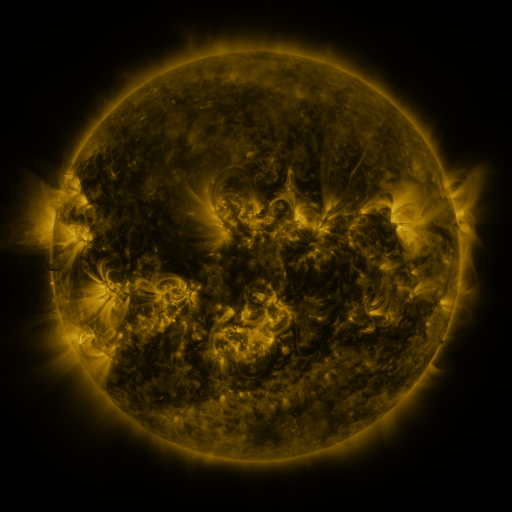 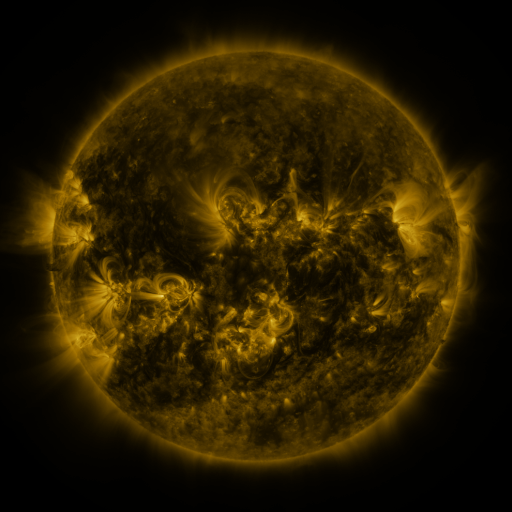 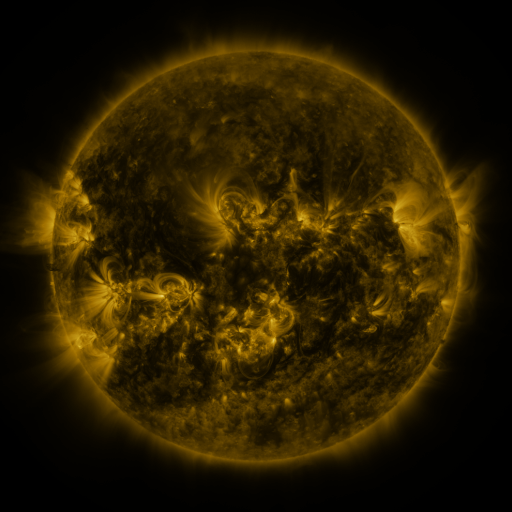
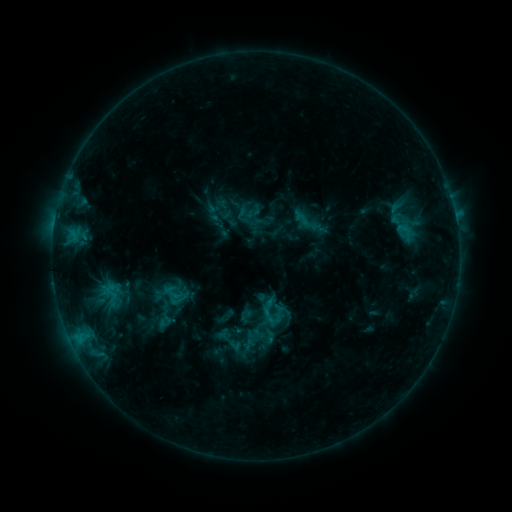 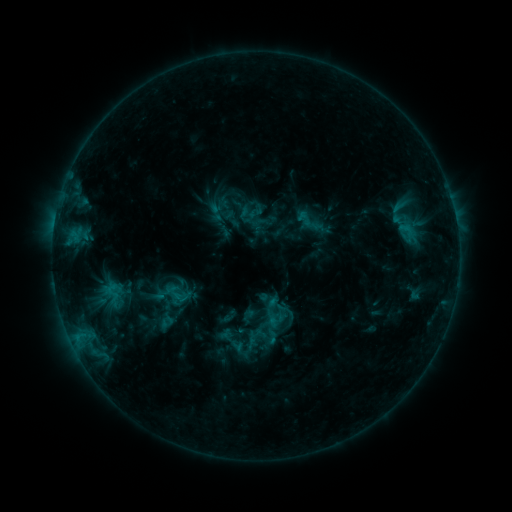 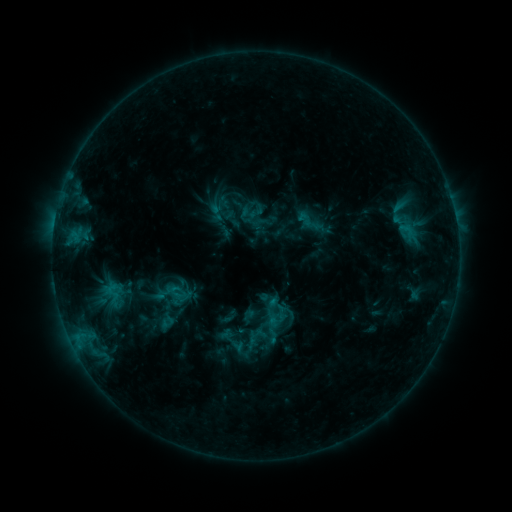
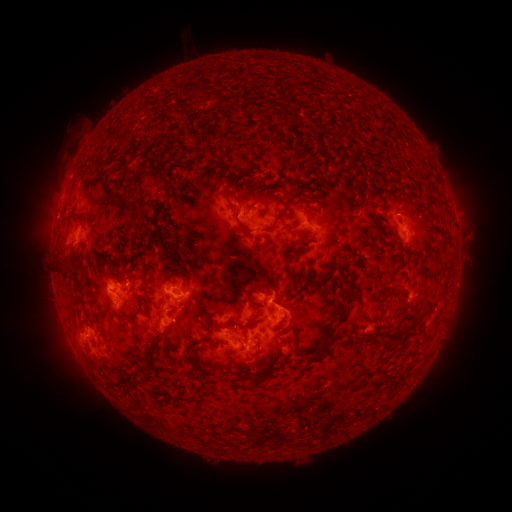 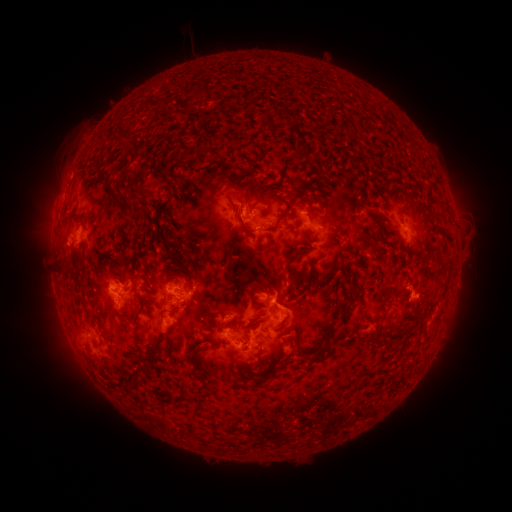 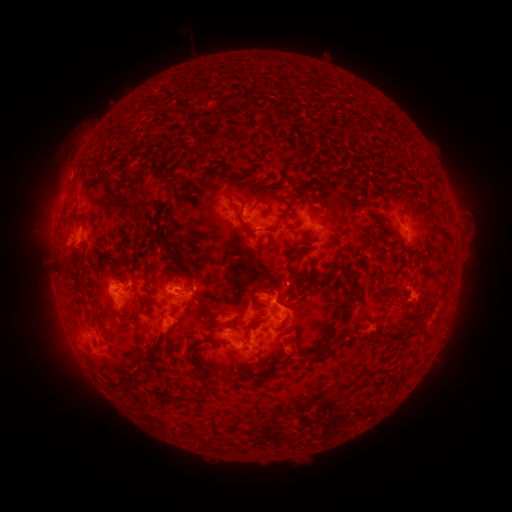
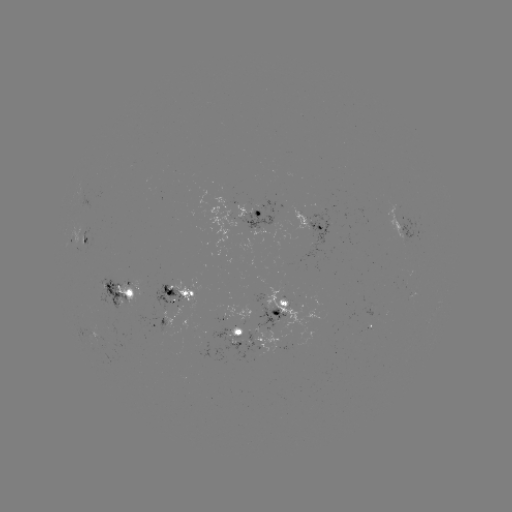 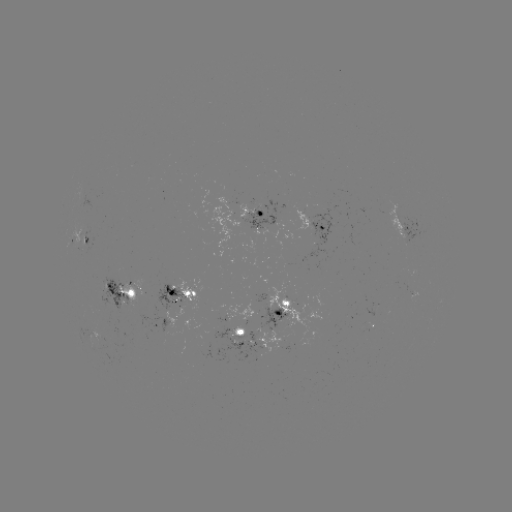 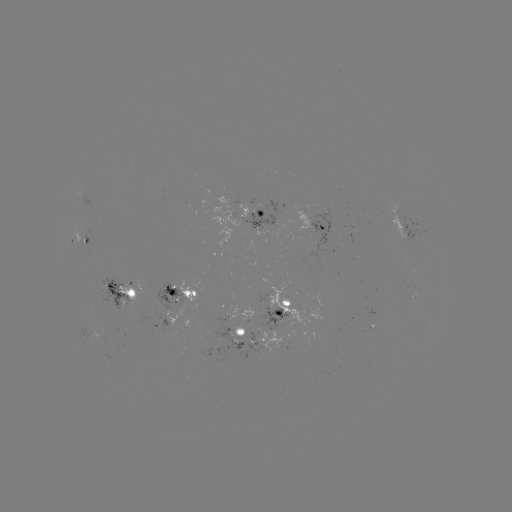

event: emerging-flux region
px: (217, 313)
